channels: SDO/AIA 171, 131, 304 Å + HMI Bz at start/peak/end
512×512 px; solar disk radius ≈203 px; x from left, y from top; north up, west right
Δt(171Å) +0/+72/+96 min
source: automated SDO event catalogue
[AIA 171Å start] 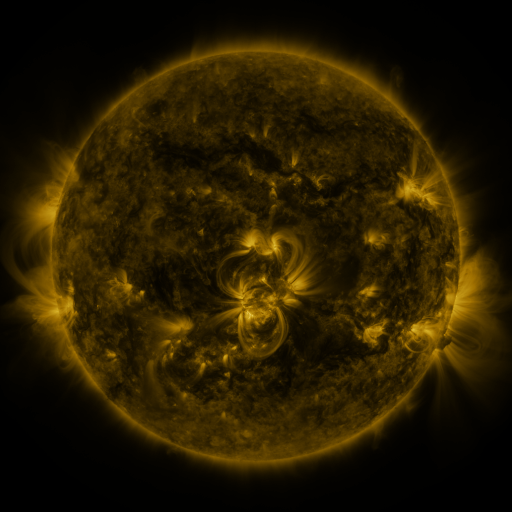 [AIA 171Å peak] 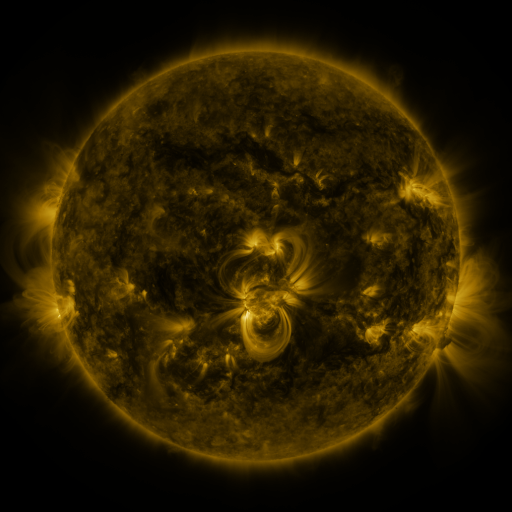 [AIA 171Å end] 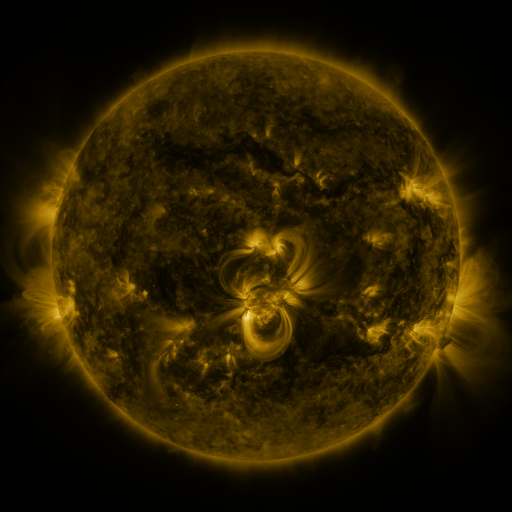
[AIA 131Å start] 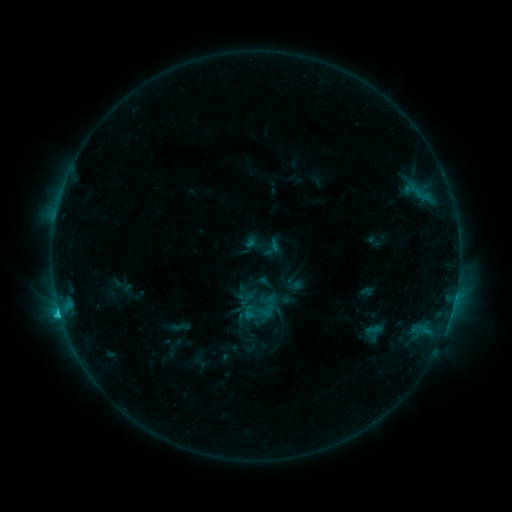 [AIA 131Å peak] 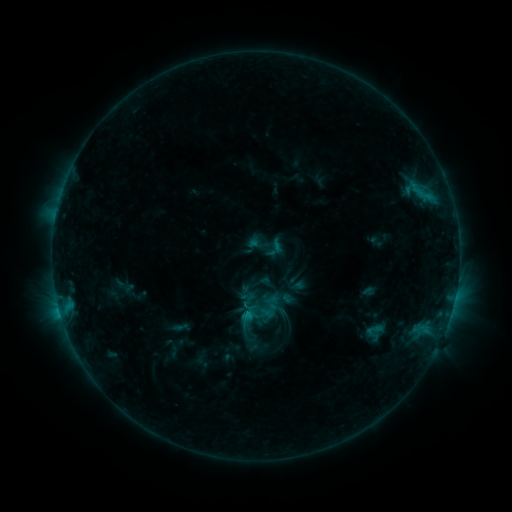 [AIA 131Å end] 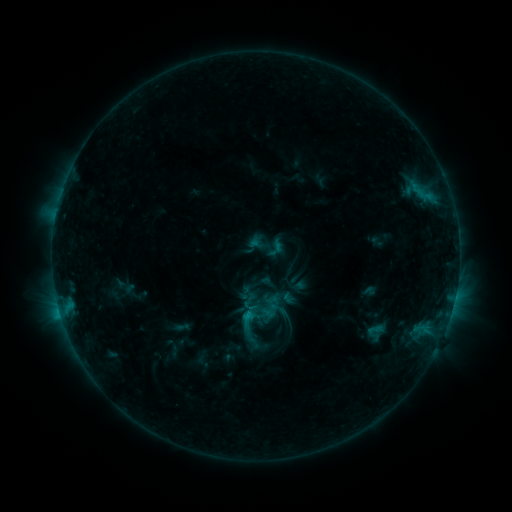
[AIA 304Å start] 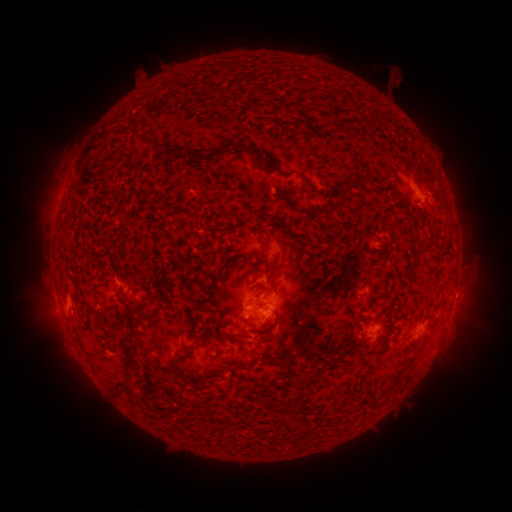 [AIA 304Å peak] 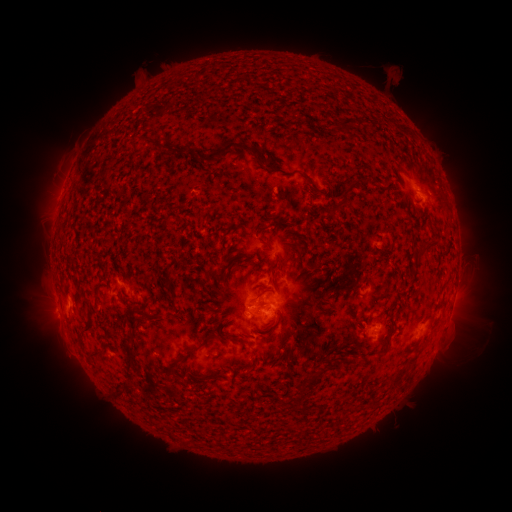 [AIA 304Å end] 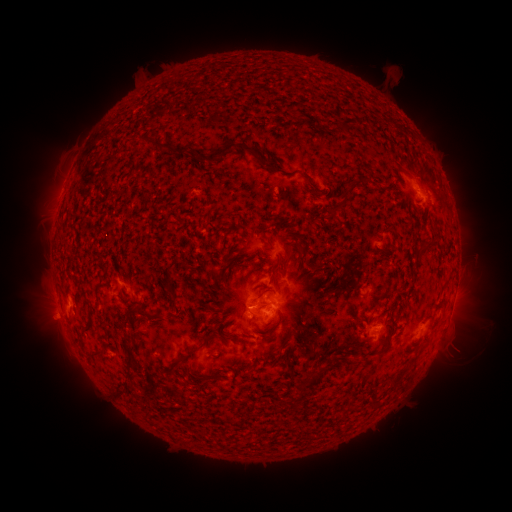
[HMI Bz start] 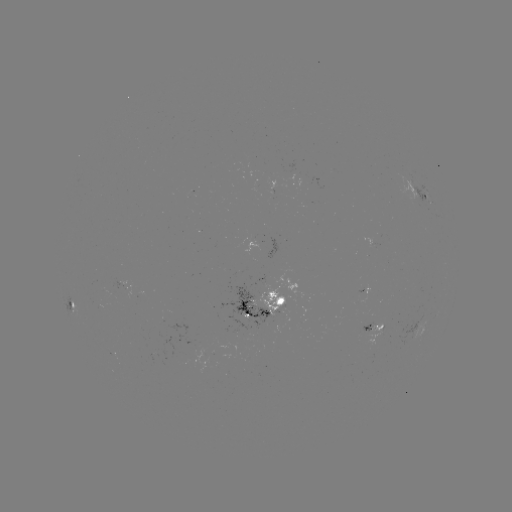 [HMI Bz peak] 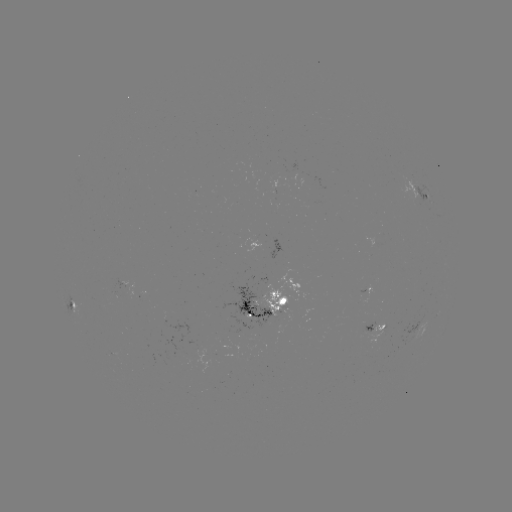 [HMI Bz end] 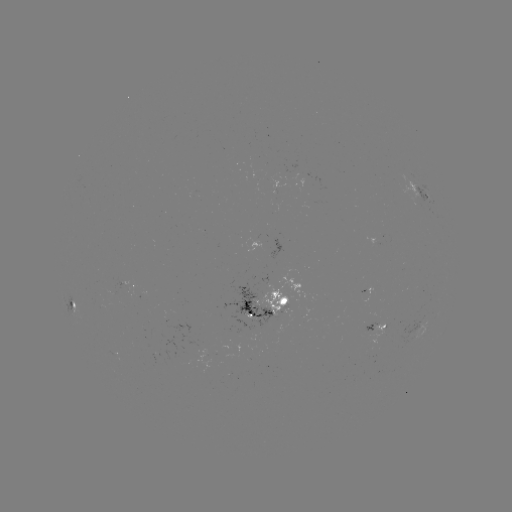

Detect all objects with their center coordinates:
emerging-flux region: (281, 171)
